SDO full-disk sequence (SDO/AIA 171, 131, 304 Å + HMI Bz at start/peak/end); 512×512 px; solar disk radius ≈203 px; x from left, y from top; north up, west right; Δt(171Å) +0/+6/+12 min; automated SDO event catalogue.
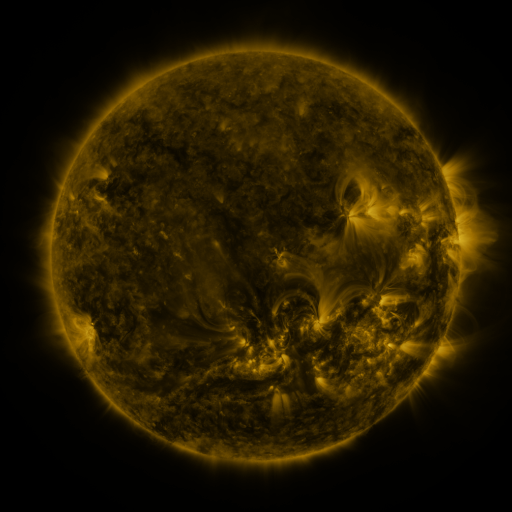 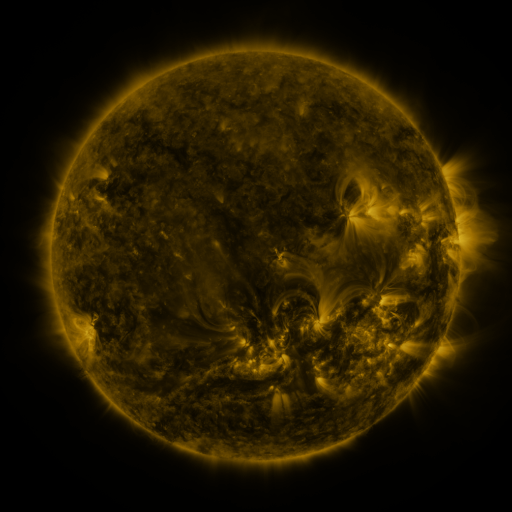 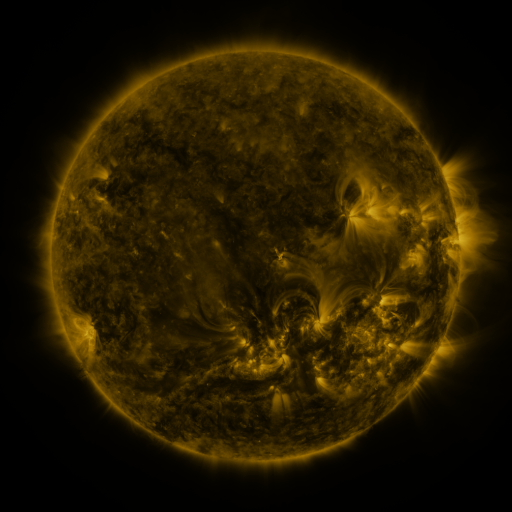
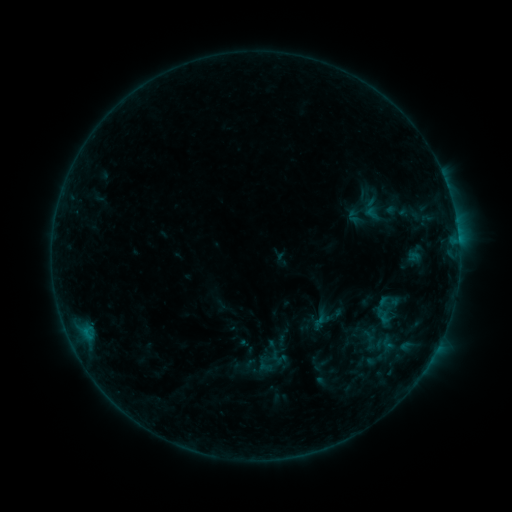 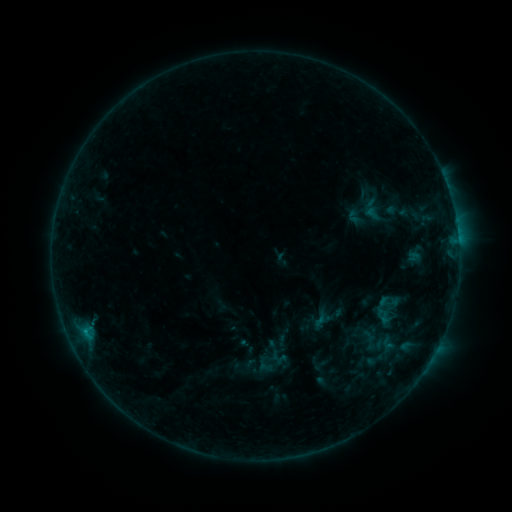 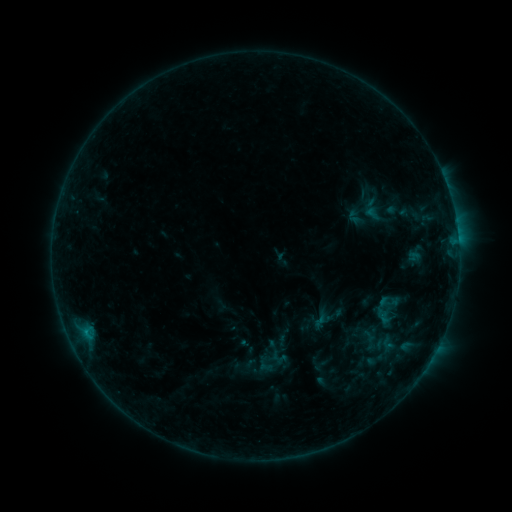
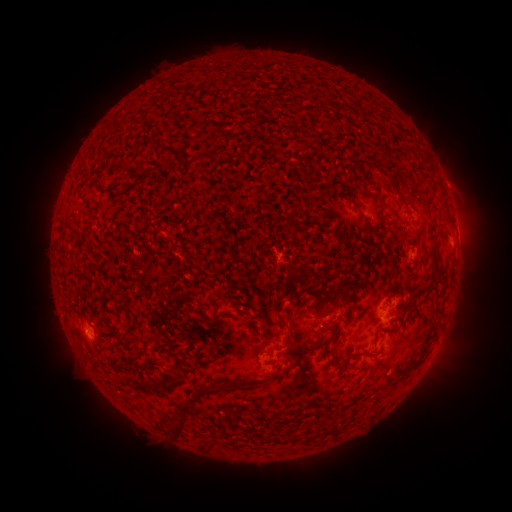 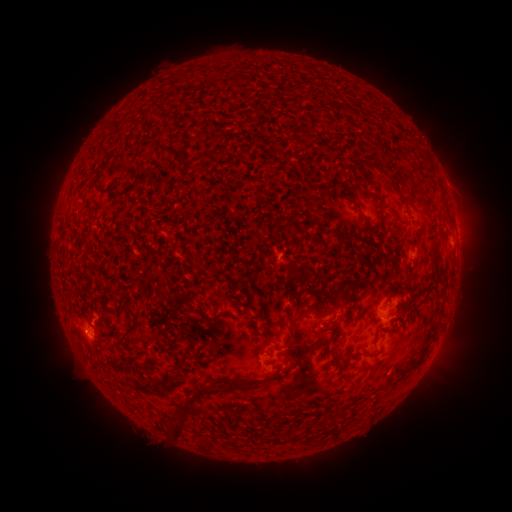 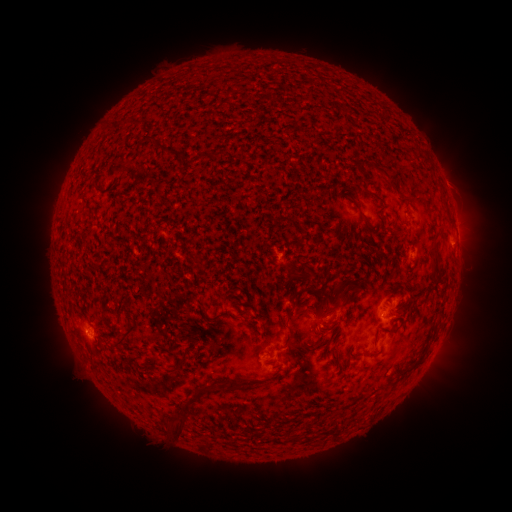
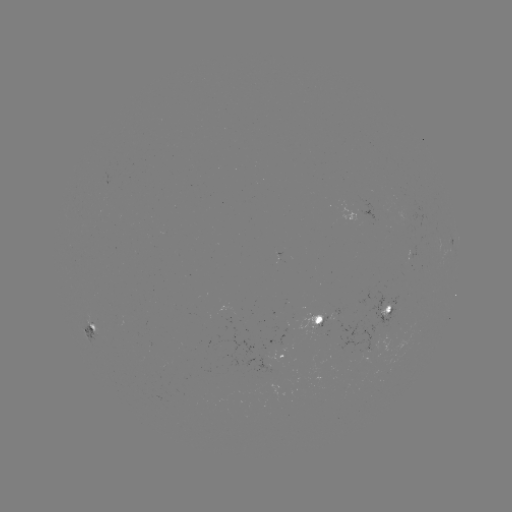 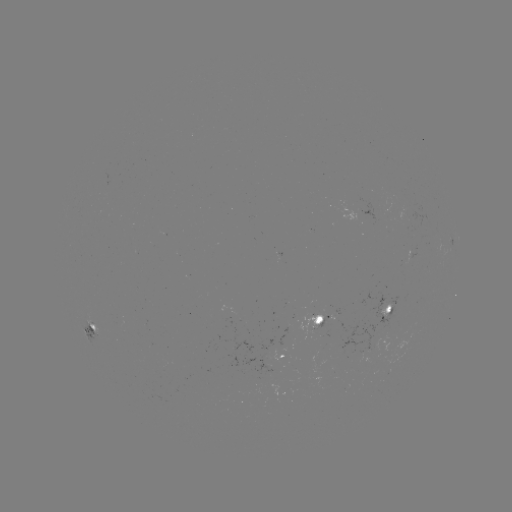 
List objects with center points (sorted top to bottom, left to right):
B4.3 flare: (91, 320)
